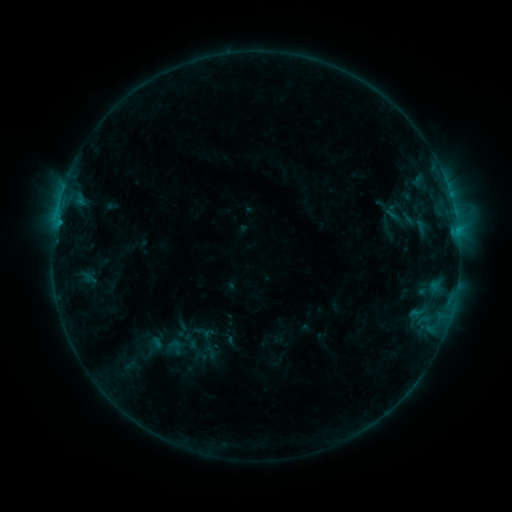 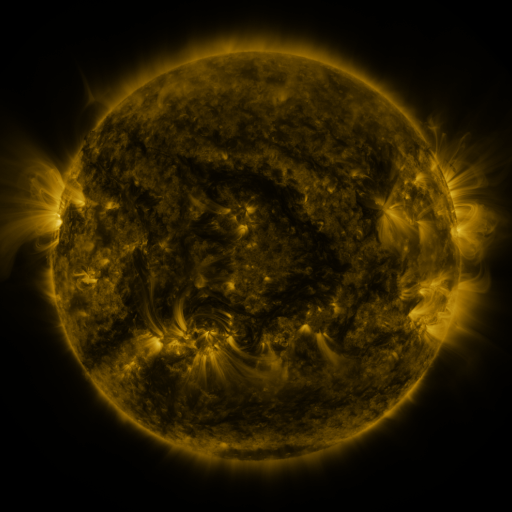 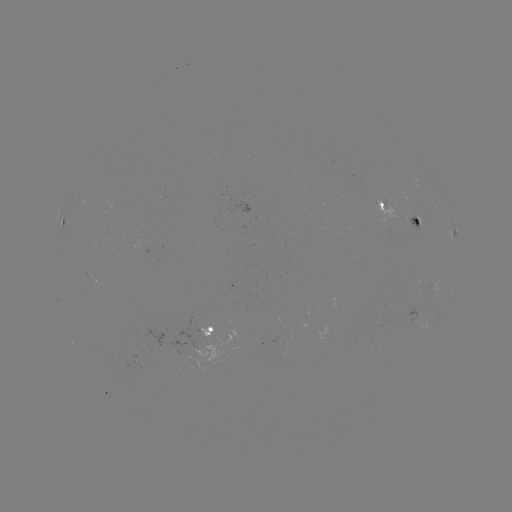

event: sigmoid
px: (175, 347)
